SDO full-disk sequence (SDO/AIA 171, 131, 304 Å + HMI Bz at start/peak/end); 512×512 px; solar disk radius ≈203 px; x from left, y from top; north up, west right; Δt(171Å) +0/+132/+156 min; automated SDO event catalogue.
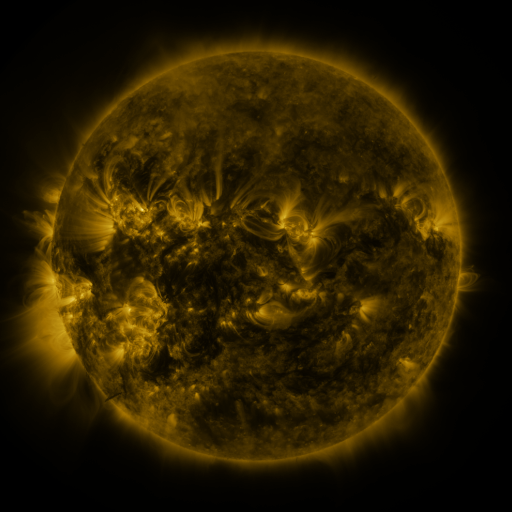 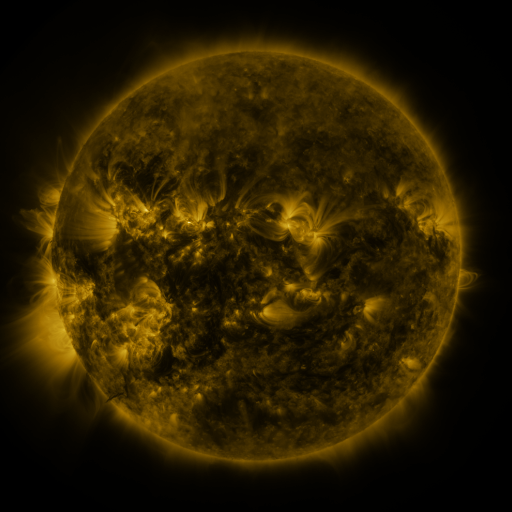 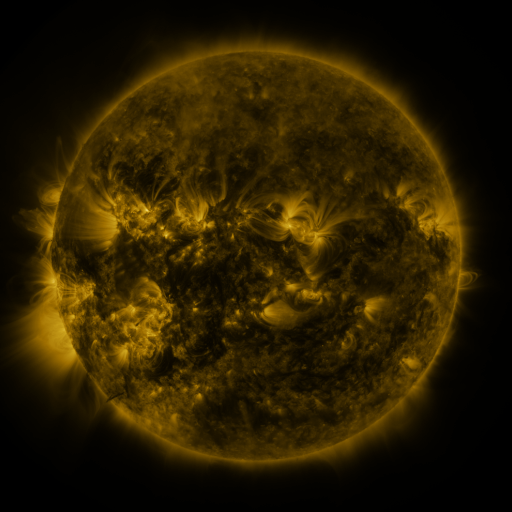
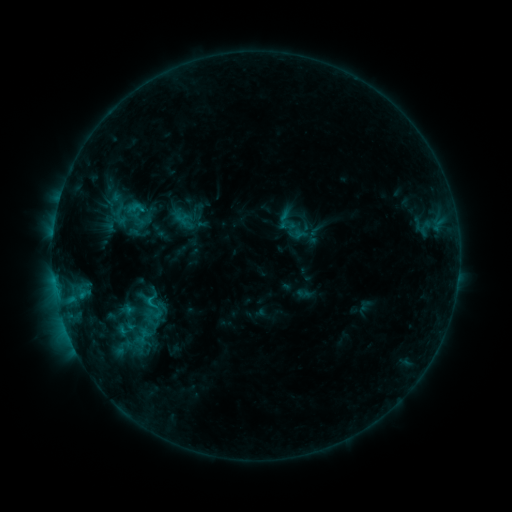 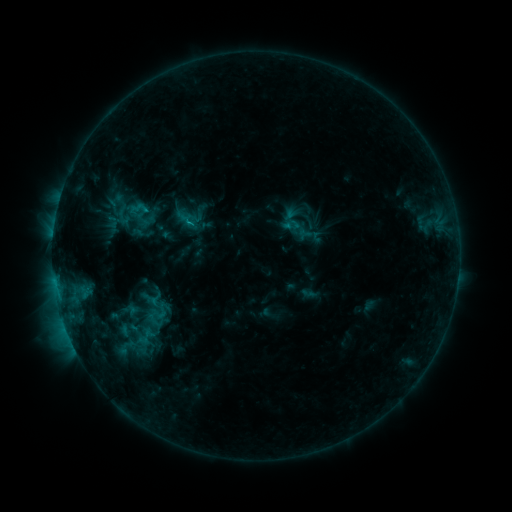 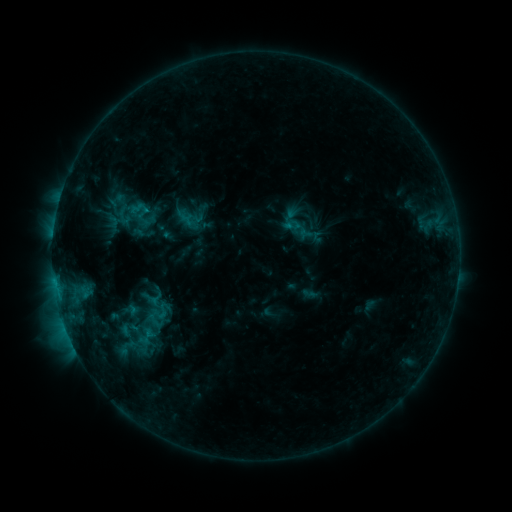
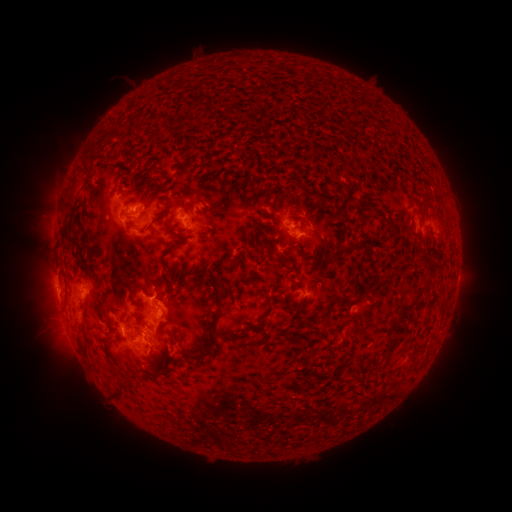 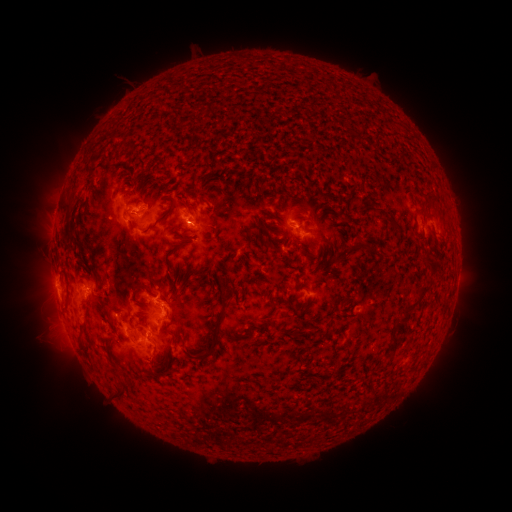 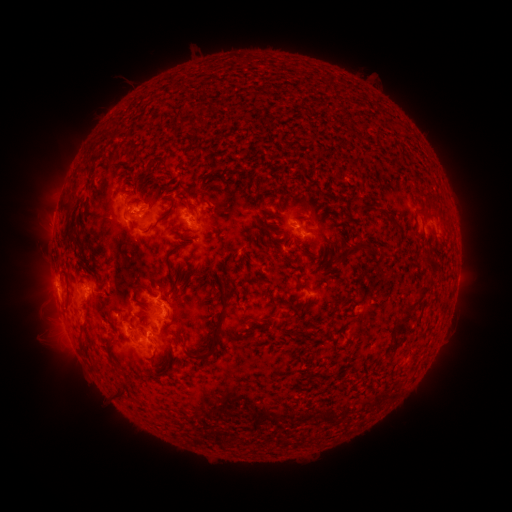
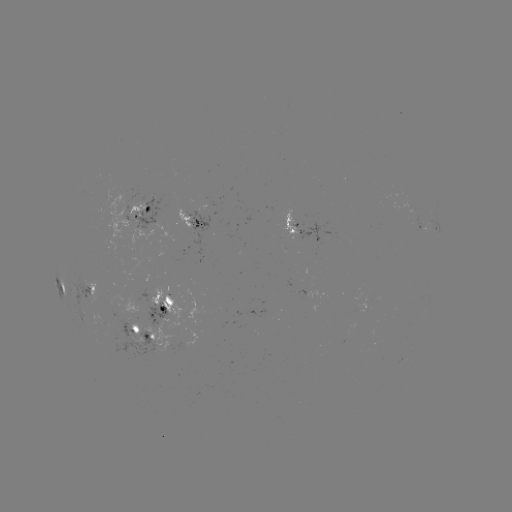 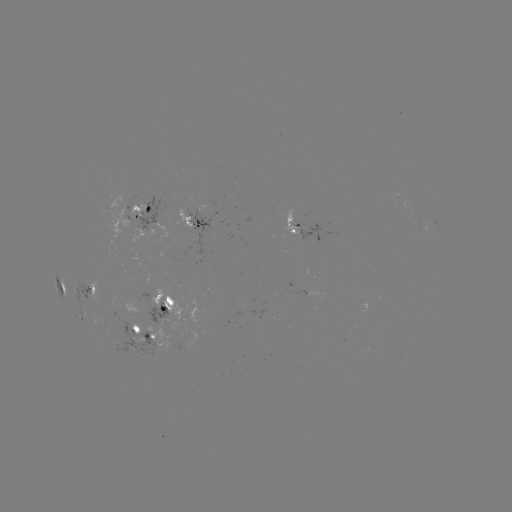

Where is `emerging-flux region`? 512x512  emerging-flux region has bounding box [142, 302, 170, 326].